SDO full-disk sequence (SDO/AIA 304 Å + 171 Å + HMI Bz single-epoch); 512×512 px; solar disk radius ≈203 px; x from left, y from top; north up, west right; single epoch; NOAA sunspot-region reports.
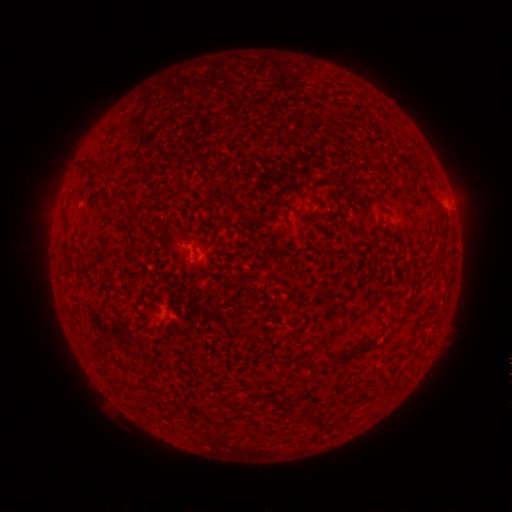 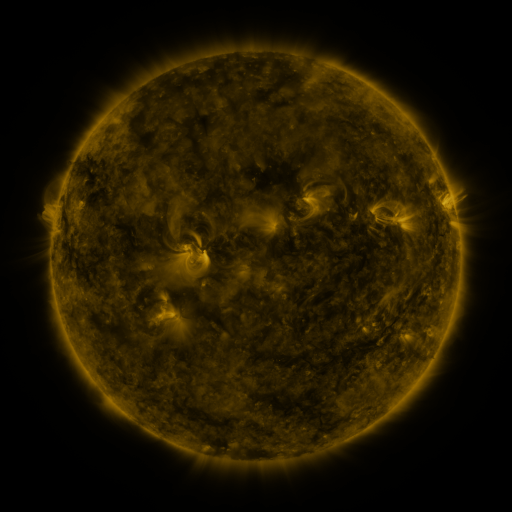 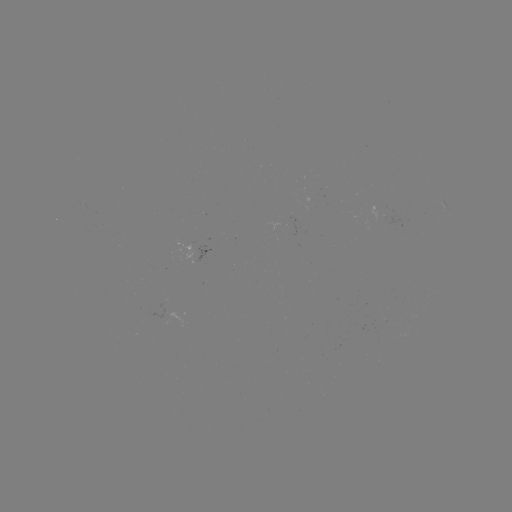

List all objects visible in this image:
spotted active region: (196, 248)
